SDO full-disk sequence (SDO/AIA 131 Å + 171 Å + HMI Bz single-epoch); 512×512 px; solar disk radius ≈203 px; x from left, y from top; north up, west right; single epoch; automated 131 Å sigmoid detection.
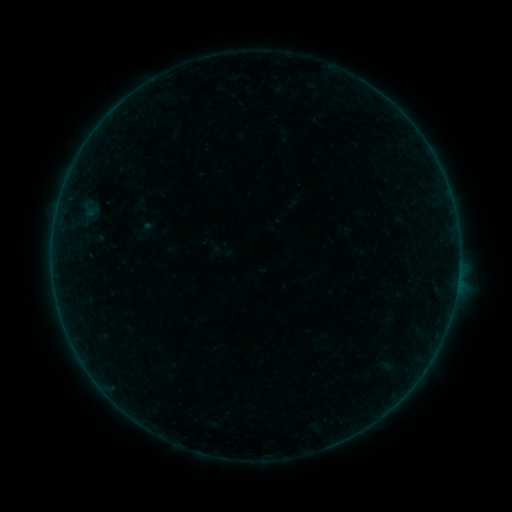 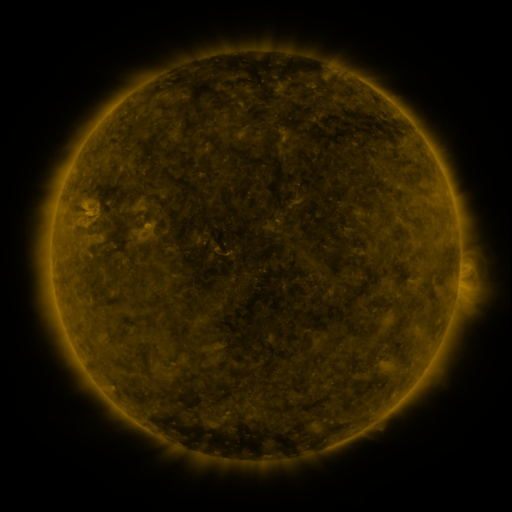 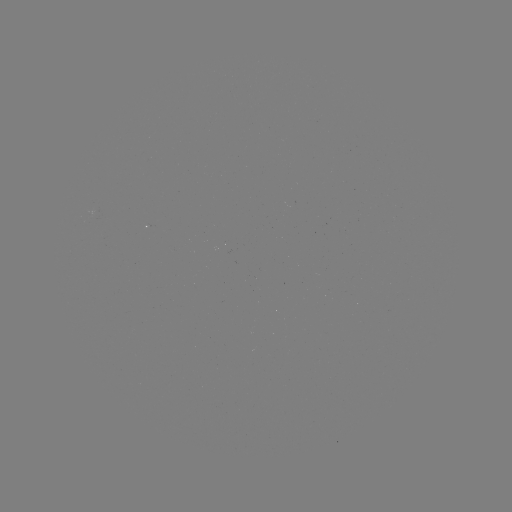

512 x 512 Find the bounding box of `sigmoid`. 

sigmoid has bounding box [212, 241, 233, 262].